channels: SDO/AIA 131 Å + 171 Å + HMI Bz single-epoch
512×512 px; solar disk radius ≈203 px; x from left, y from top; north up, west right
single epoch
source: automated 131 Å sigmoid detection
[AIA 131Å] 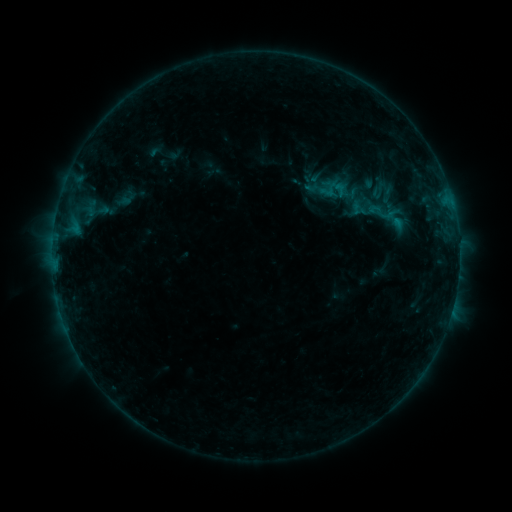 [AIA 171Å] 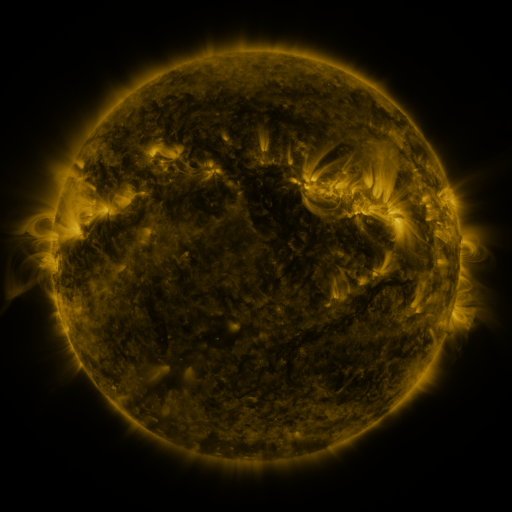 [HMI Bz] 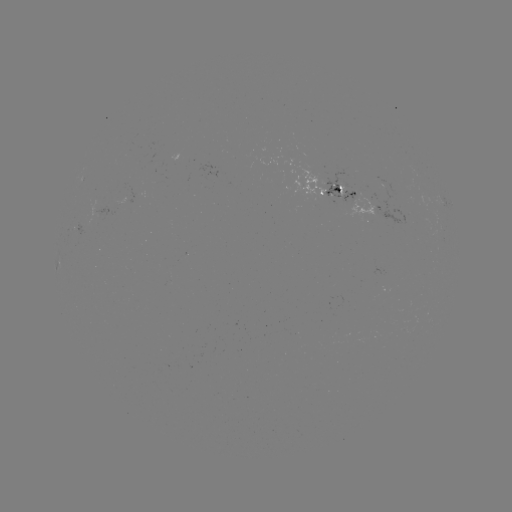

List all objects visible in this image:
sigmoid: (365, 178, 392, 203)
sigmoid: (366, 197, 395, 227)
